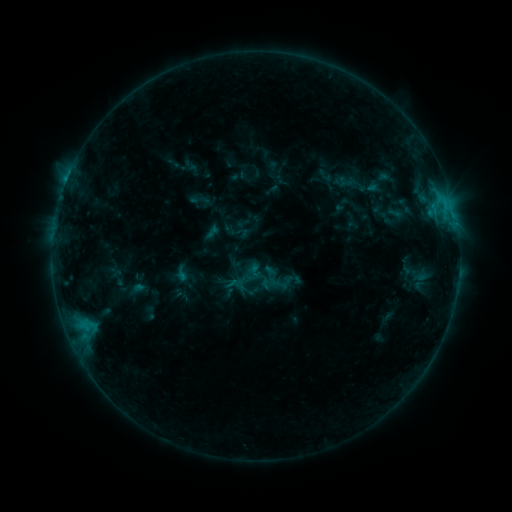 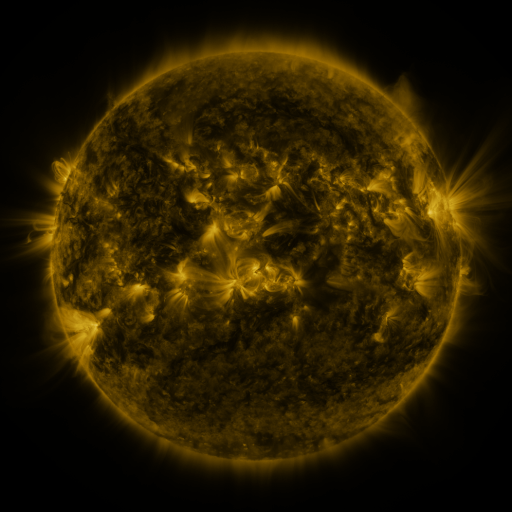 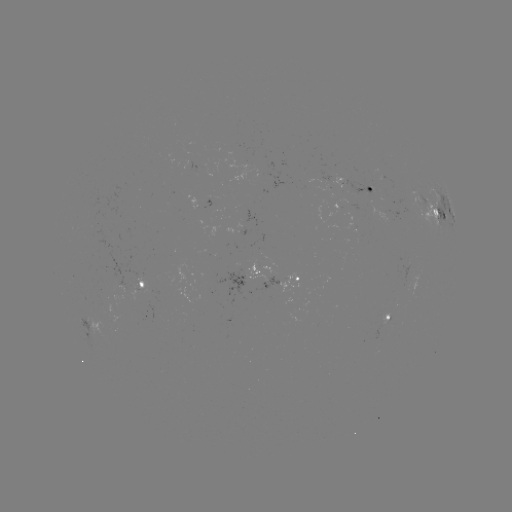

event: sigmoid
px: (283, 279)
